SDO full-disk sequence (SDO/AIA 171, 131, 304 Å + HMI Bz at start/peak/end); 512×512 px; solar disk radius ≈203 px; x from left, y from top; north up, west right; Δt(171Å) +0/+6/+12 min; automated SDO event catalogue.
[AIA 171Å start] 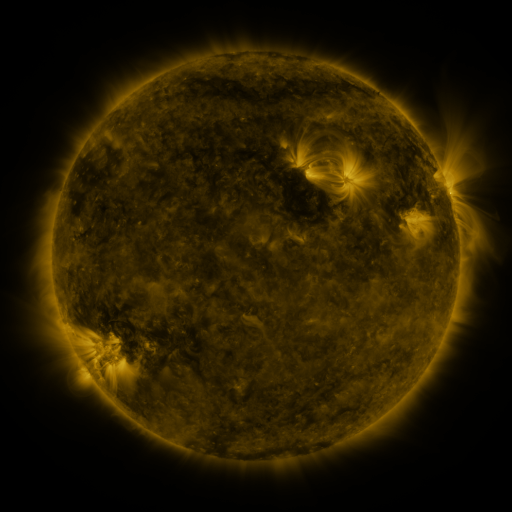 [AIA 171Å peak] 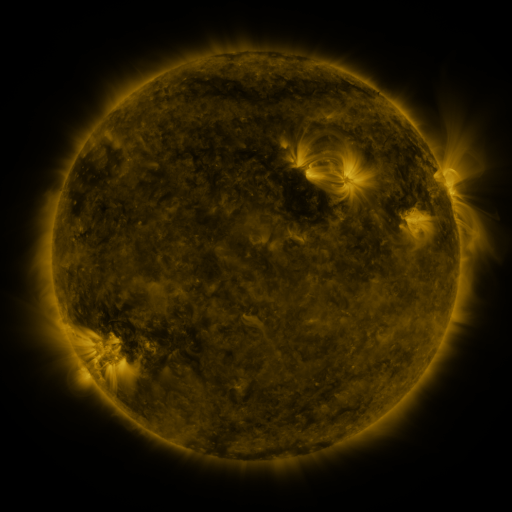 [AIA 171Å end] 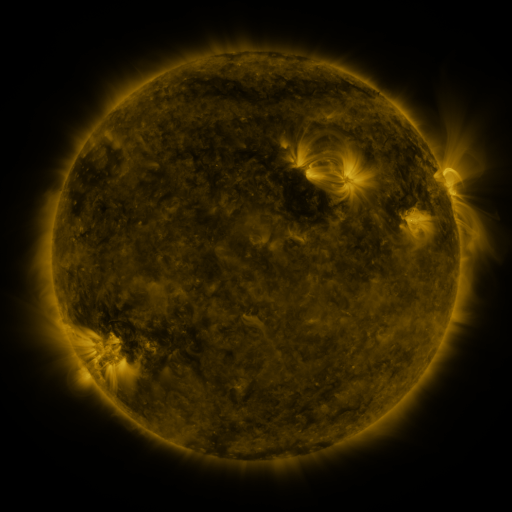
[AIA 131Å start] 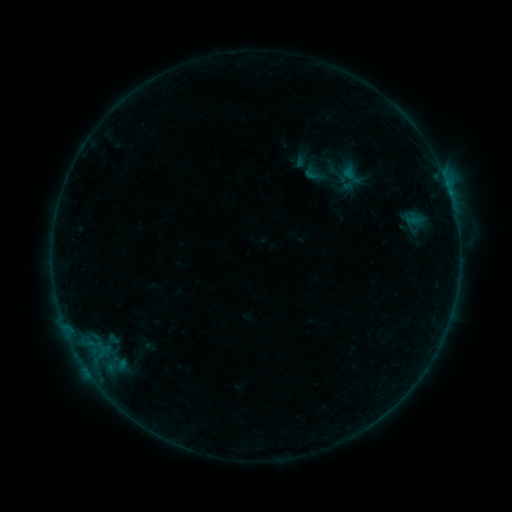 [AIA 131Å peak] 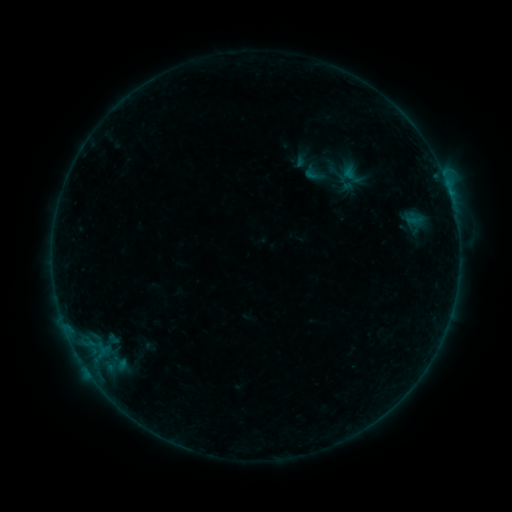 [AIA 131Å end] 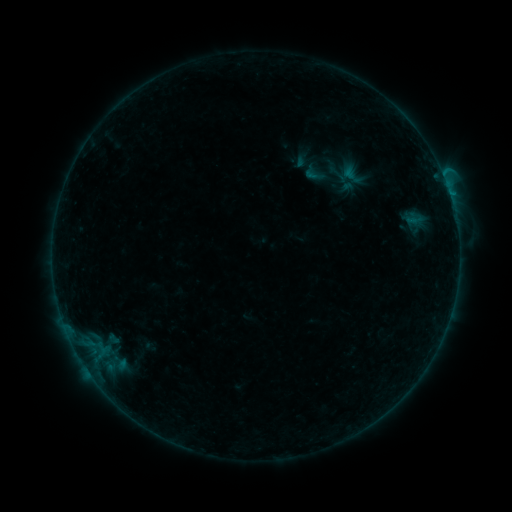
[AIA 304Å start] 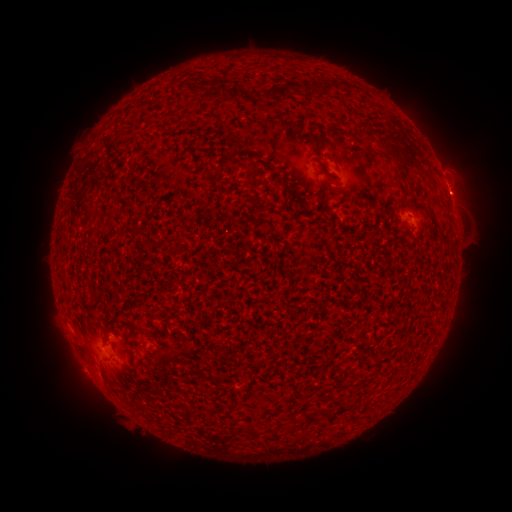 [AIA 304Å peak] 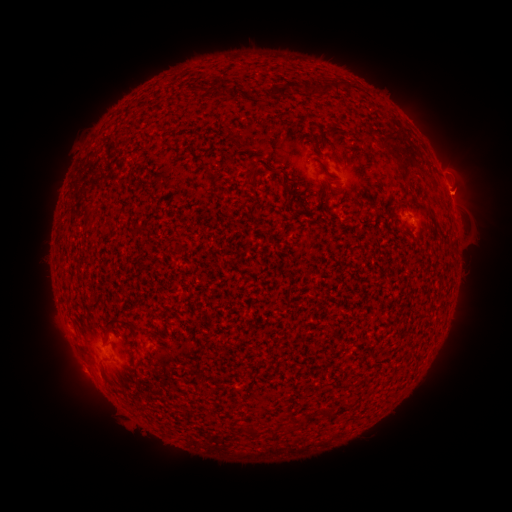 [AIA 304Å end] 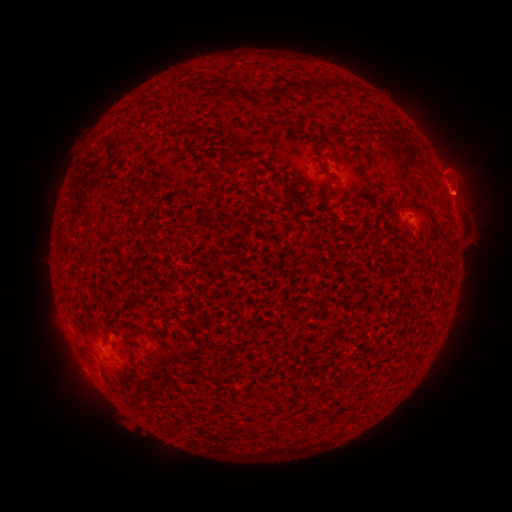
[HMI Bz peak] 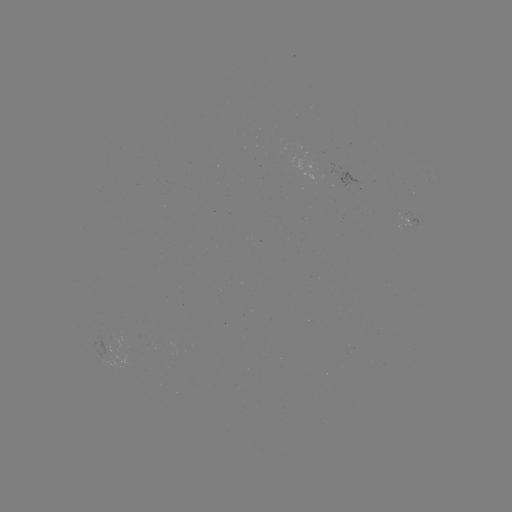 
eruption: (433, 134, 501, 221)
